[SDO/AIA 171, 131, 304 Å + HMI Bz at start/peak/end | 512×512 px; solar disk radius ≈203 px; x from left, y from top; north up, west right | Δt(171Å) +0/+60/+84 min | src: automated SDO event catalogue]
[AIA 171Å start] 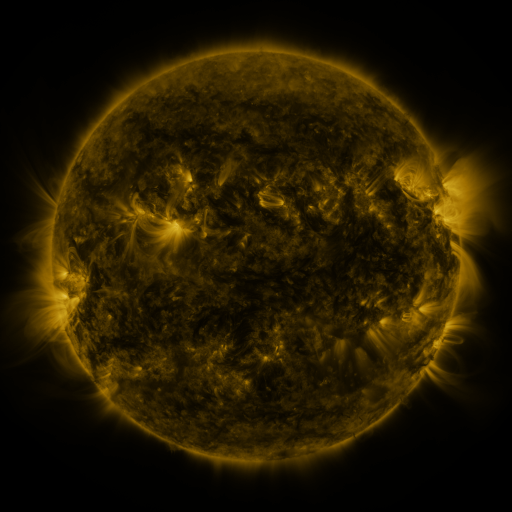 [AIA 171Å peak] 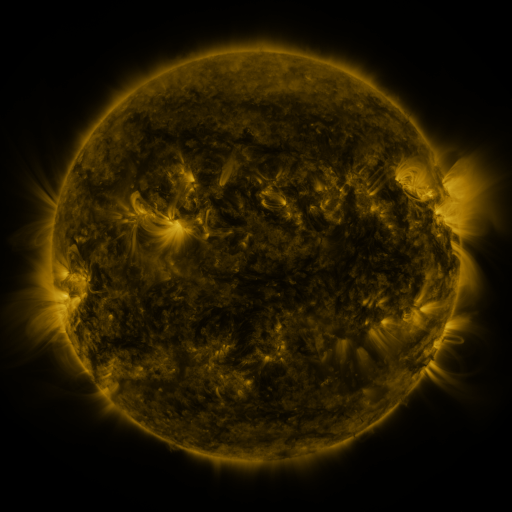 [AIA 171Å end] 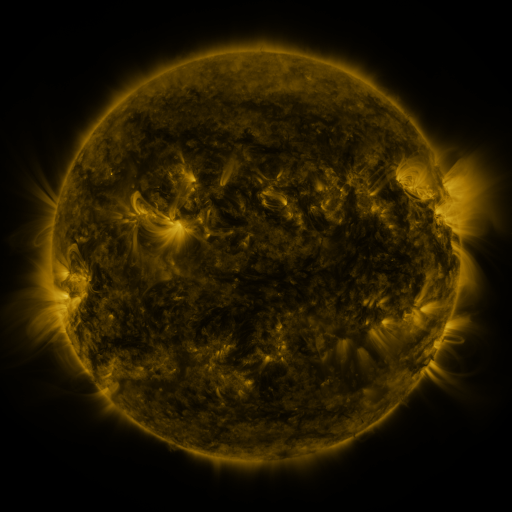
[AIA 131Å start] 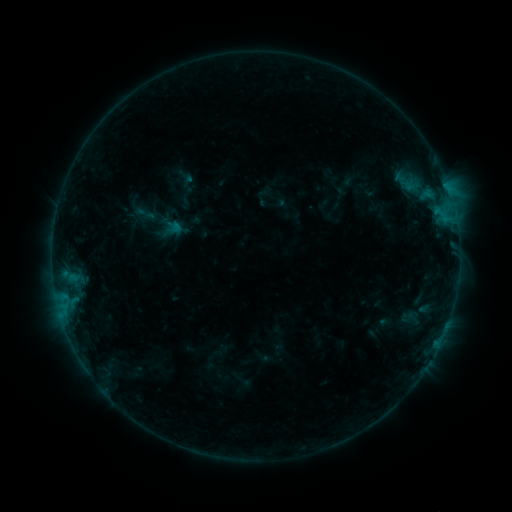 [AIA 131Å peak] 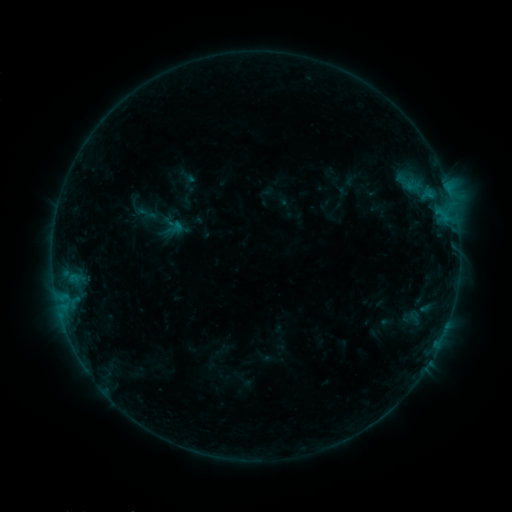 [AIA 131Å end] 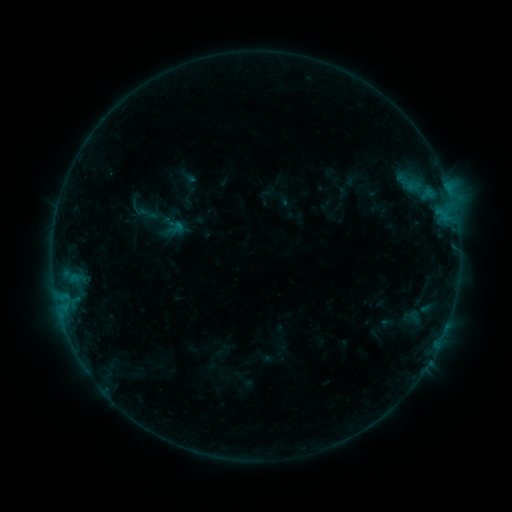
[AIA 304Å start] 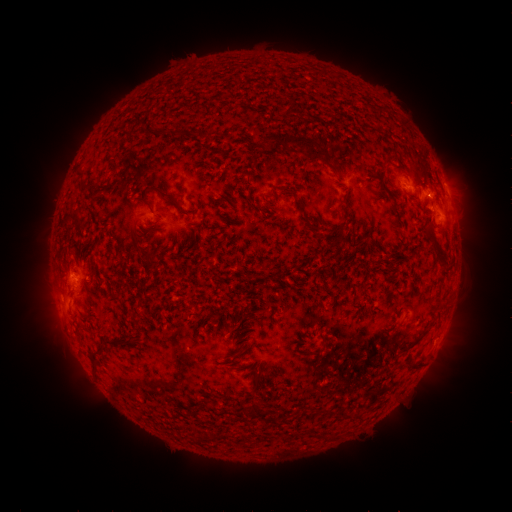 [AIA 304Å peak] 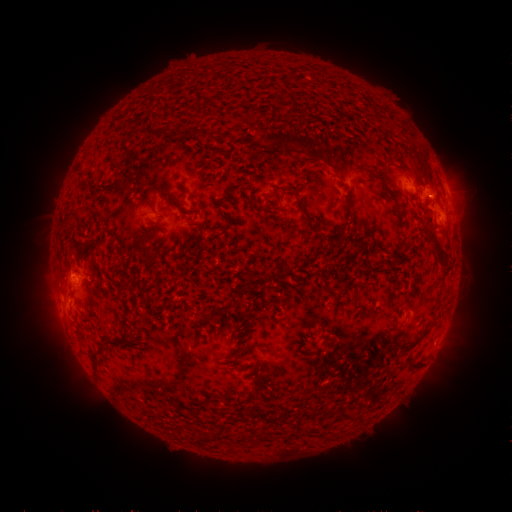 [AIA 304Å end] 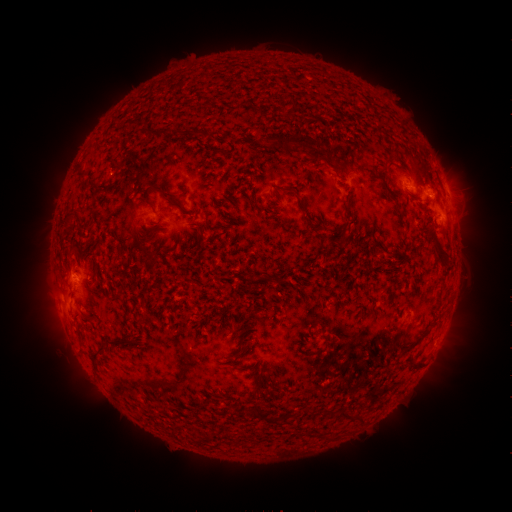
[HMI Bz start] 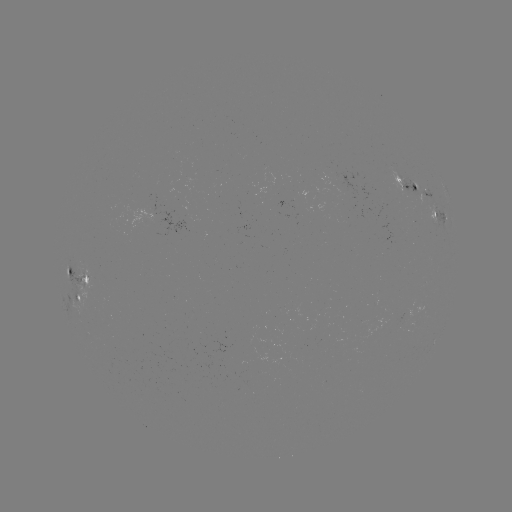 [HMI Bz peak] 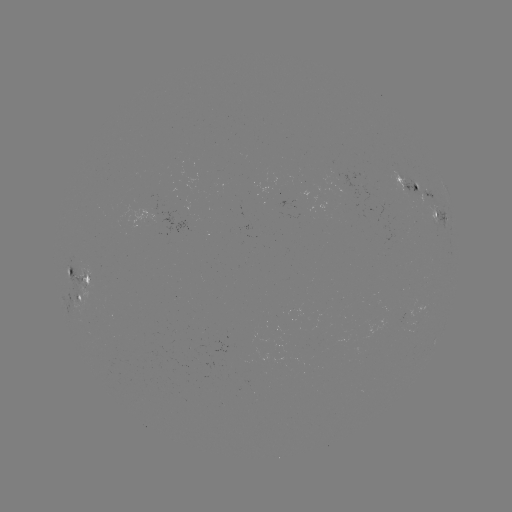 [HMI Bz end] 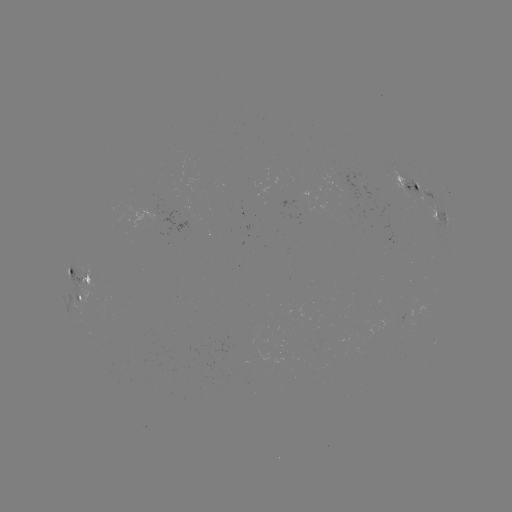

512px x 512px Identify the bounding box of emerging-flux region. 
[386, 172, 411, 193].